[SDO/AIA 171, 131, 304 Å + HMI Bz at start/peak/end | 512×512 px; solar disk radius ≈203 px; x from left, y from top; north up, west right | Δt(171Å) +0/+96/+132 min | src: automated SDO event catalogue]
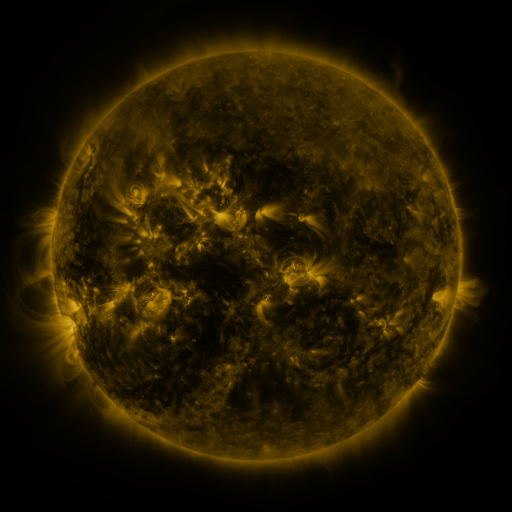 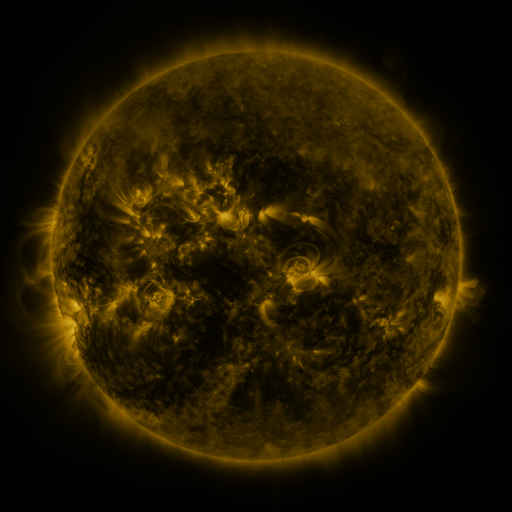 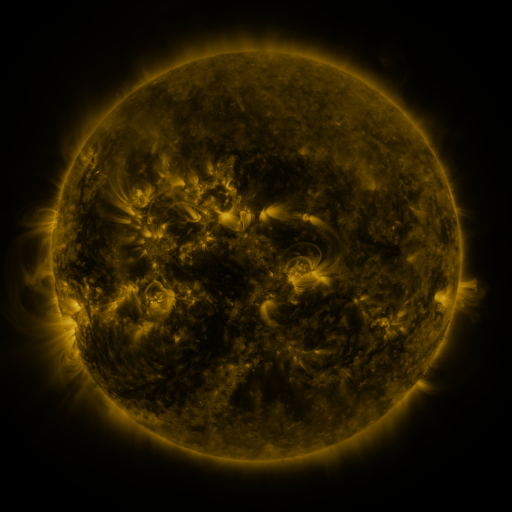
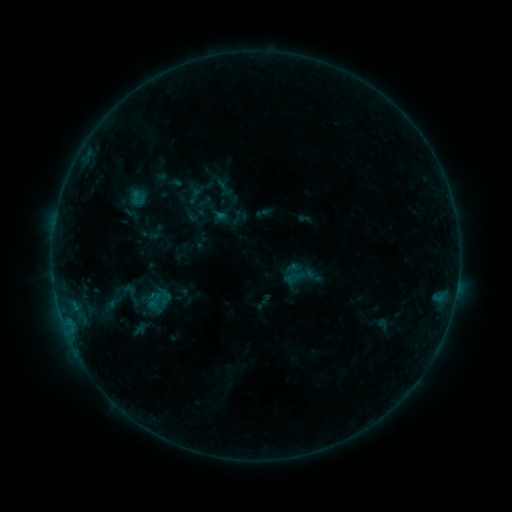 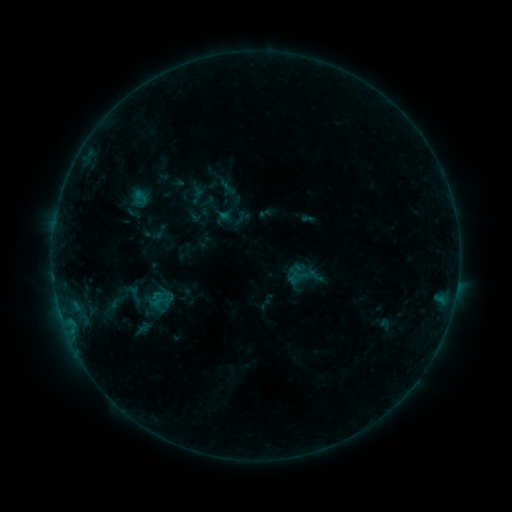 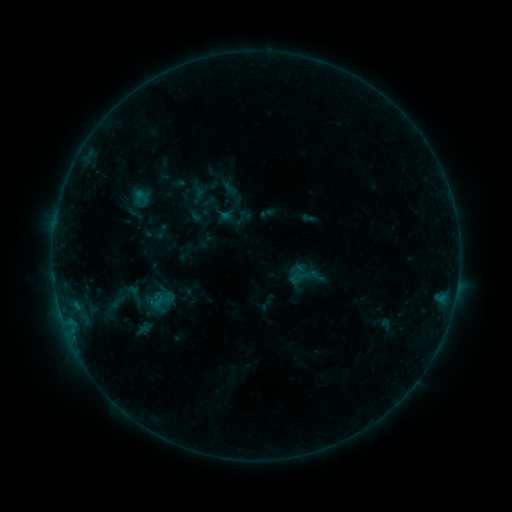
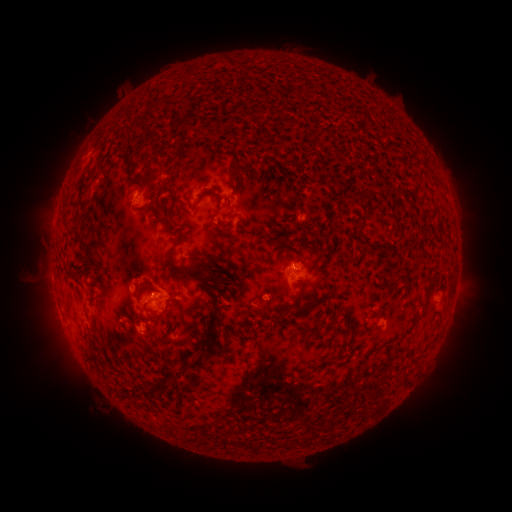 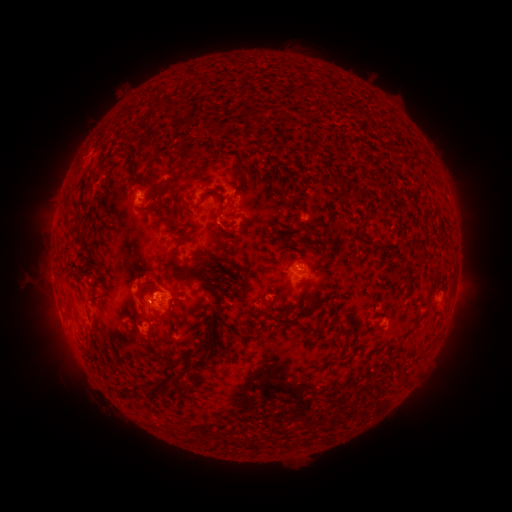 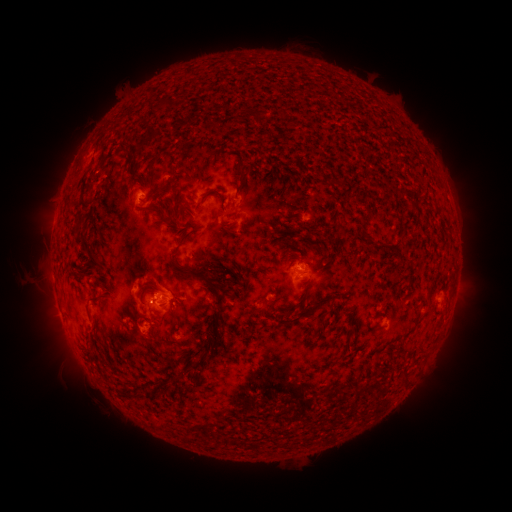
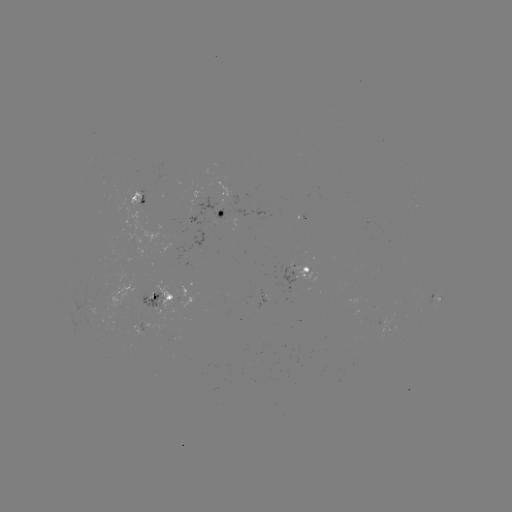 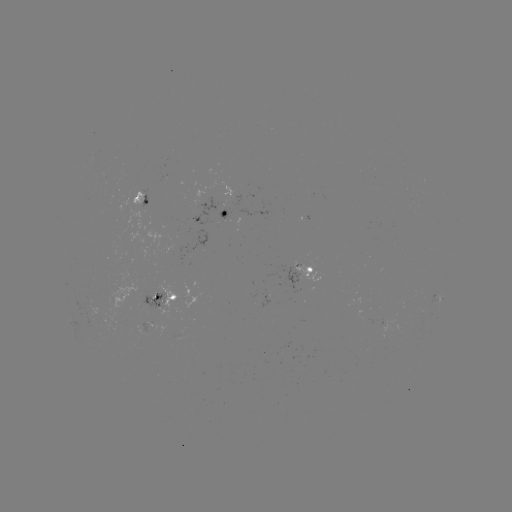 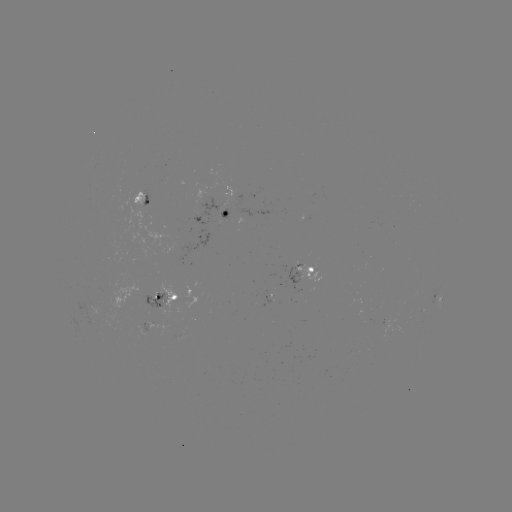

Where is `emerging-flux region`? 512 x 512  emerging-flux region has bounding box [254, 290, 269, 307].